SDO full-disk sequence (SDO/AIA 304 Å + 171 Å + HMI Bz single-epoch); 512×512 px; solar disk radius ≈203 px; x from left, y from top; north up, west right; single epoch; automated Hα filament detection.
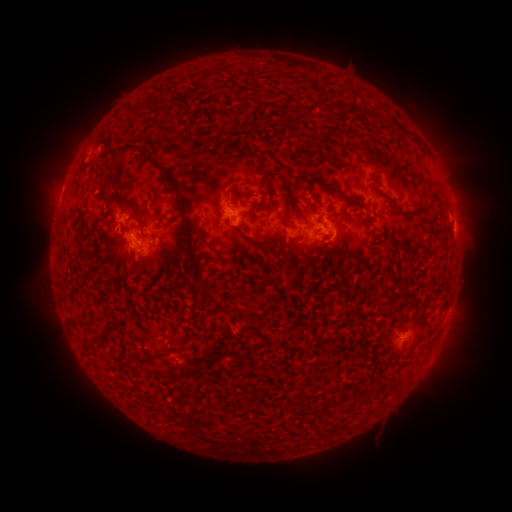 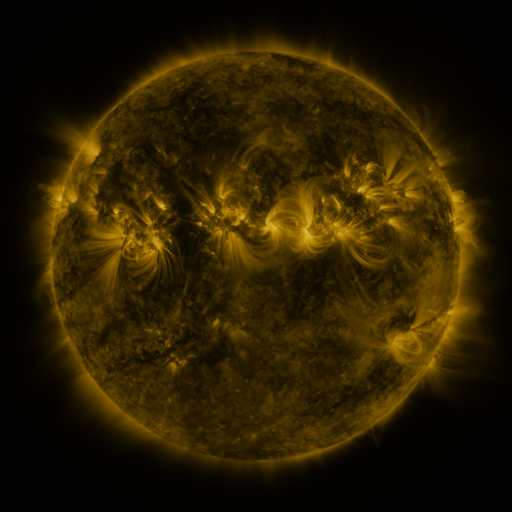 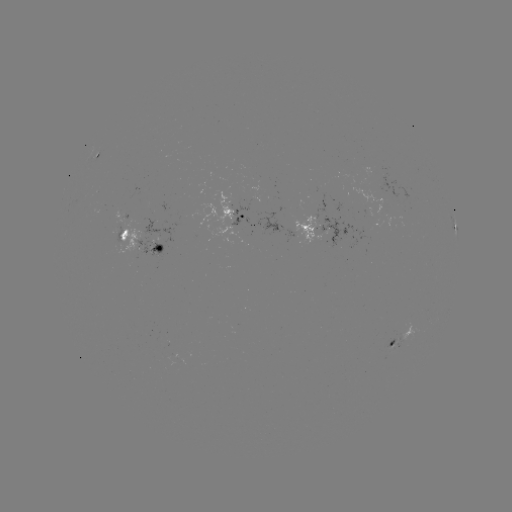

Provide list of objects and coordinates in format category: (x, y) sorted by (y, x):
filament: (312, 108)
filament: (353, 110)
filament: (220, 115)
filament: (146, 156)
filament: (255, 167)
filament: (332, 189)
filament: (288, 203)
filament: (416, 215)
filament: (183, 218)
filament: (138, 220)
filament: (360, 220)
filament: (81, 230)
filament: (448, 230)
filament: (123, 235)
filament: (81, 244)
filament: (257, 244)
filament: (313, 261)
filament: (141, 268)
filament: (200, 277)
filament: (183, 281)
filament: (300, 285)
filament: (414, 306)
filament: (96, 339)
filament: (171, 340)
filament: (88, 344)
filament: (157, 354)
filament: (300, 393)
filament: (334, 400)
